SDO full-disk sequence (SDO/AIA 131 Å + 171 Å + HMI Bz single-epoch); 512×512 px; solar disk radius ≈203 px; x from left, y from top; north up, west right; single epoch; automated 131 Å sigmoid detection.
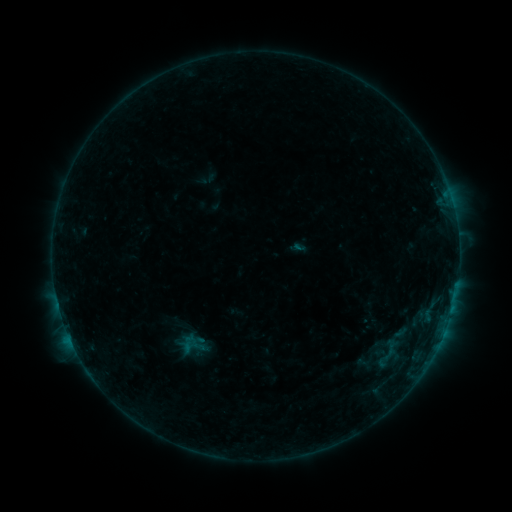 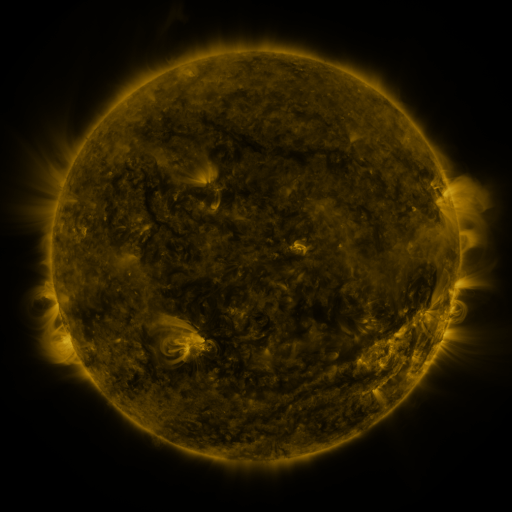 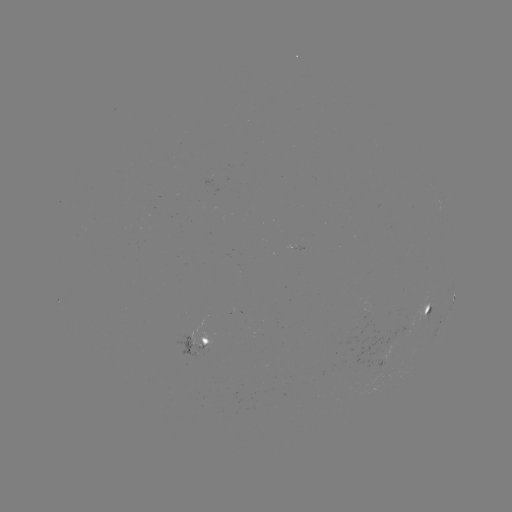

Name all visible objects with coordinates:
sigmoid: <bbox>178, 335, 206, 359</bbox>
